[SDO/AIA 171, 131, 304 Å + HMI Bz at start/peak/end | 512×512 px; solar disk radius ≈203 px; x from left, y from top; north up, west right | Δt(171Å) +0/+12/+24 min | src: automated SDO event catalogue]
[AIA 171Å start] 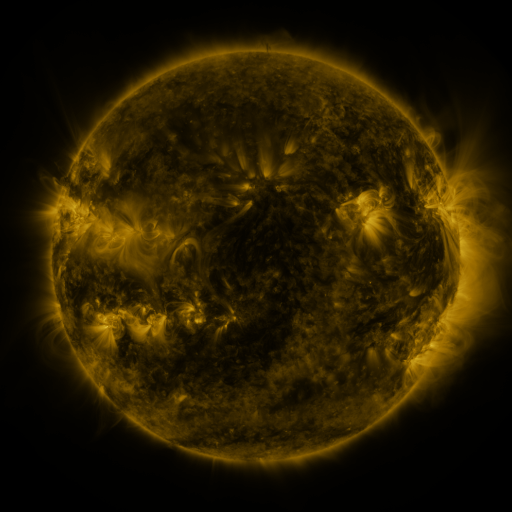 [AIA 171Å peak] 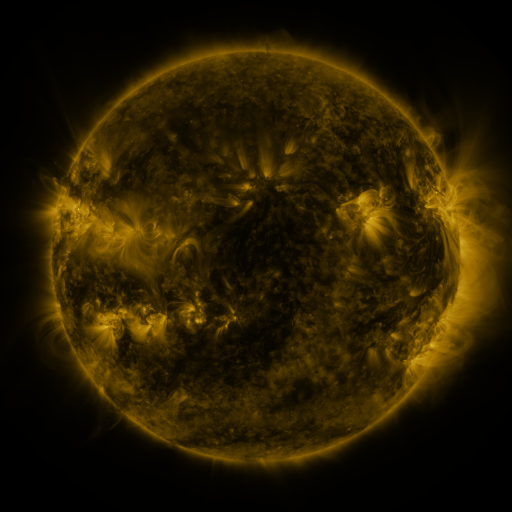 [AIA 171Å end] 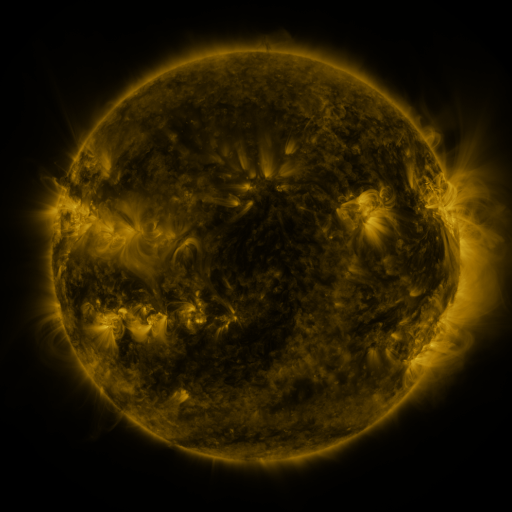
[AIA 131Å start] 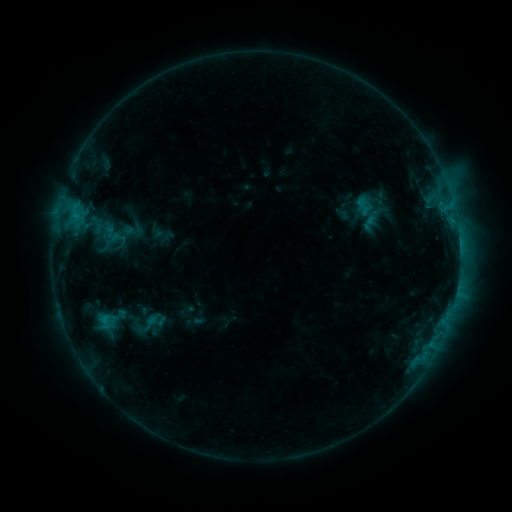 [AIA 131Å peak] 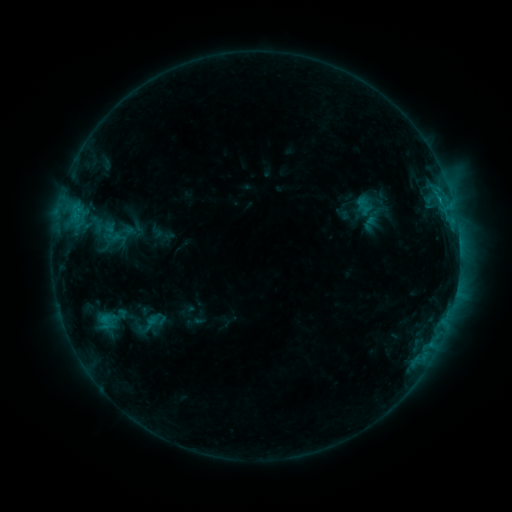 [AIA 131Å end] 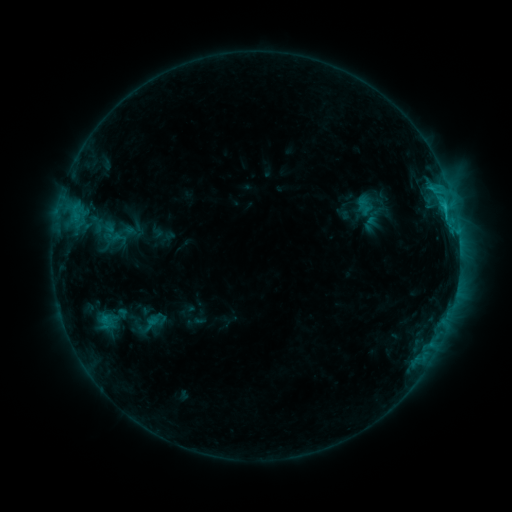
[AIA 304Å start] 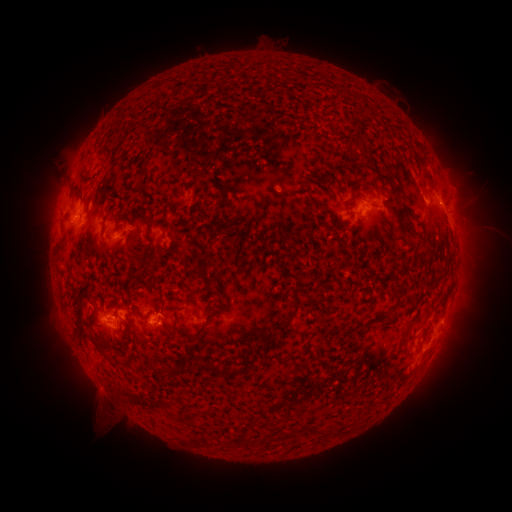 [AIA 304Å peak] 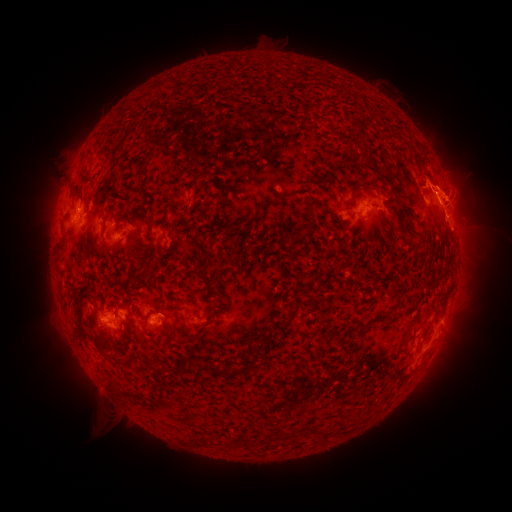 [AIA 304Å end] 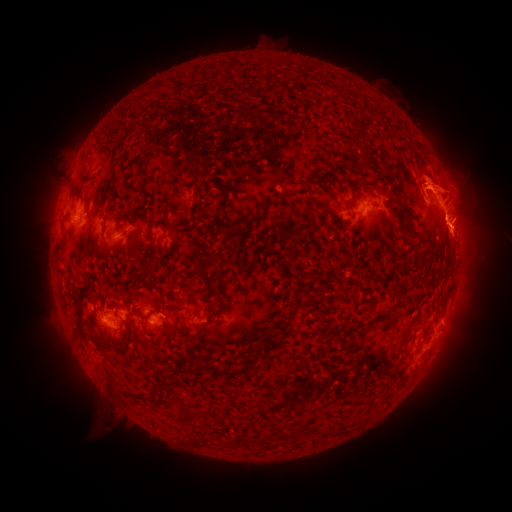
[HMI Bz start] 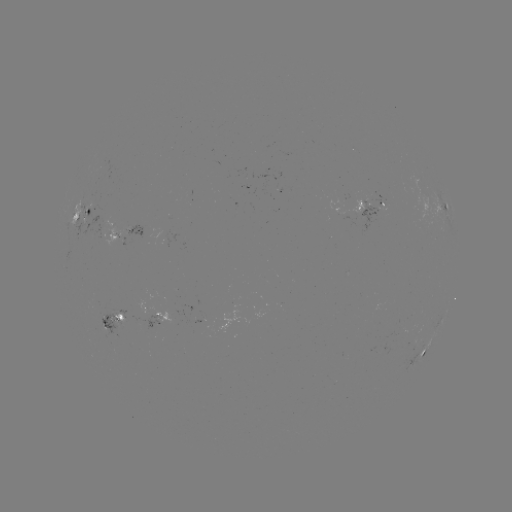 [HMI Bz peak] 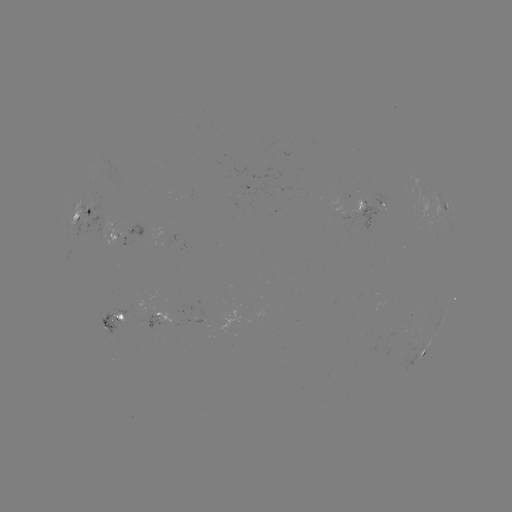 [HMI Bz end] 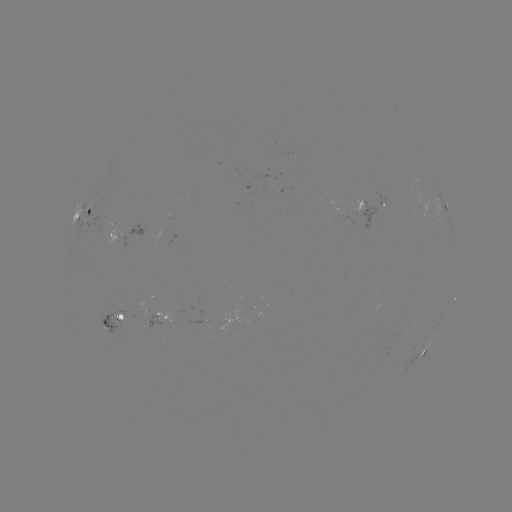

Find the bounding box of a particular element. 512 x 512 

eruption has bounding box [389, 122, 511, 287].